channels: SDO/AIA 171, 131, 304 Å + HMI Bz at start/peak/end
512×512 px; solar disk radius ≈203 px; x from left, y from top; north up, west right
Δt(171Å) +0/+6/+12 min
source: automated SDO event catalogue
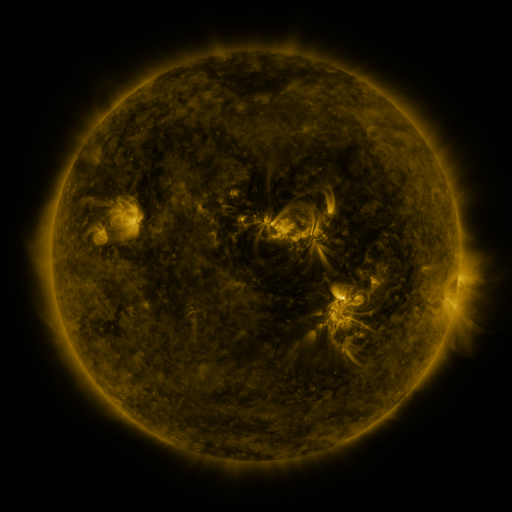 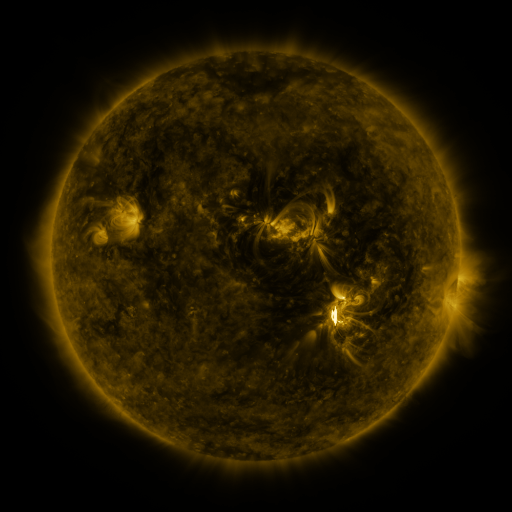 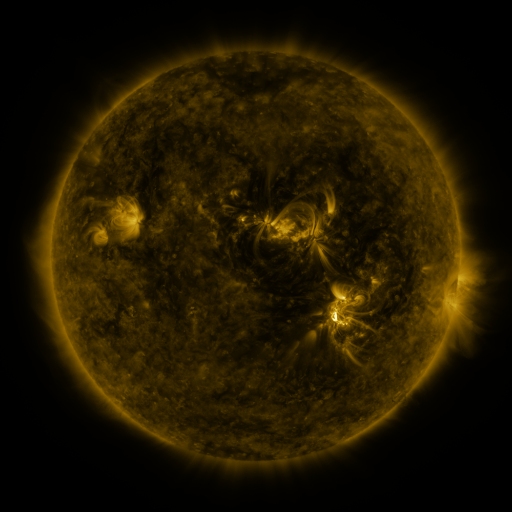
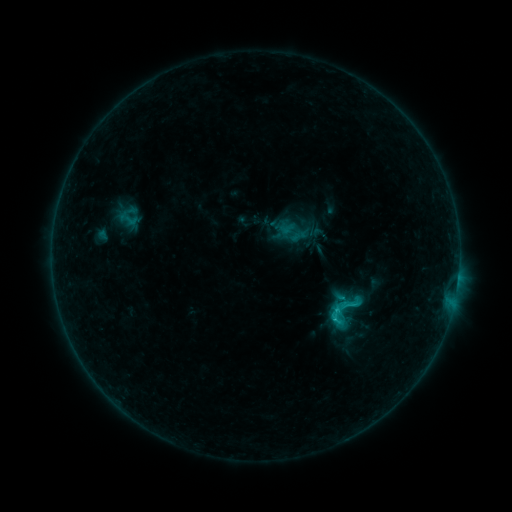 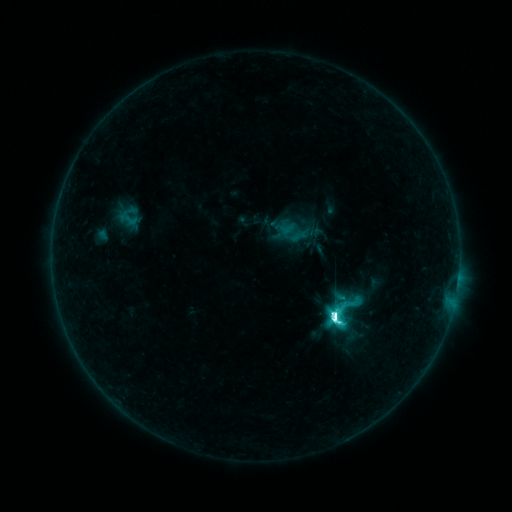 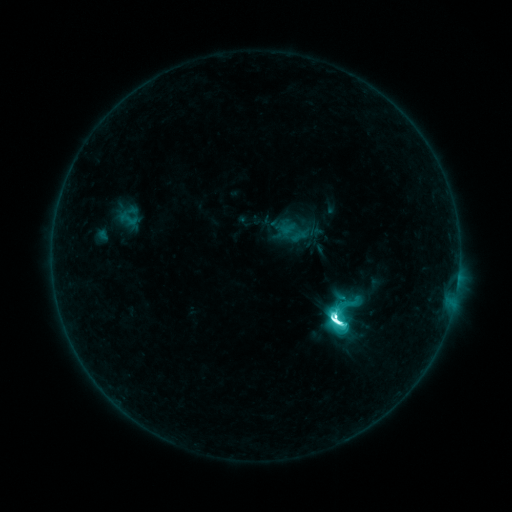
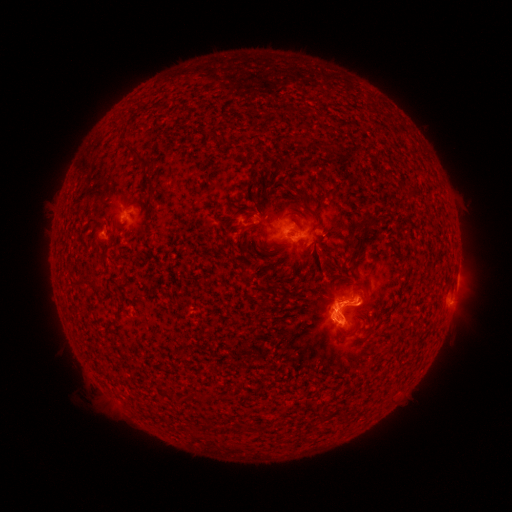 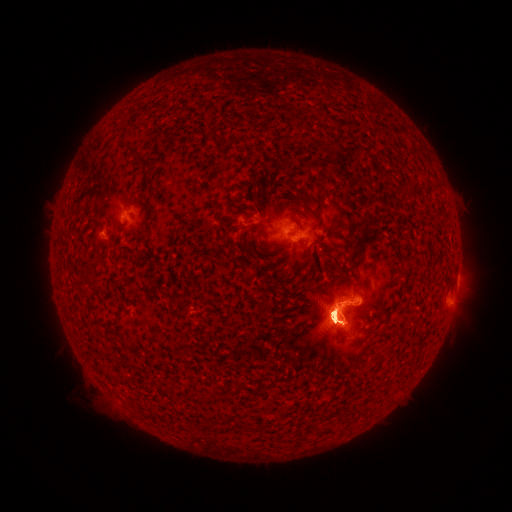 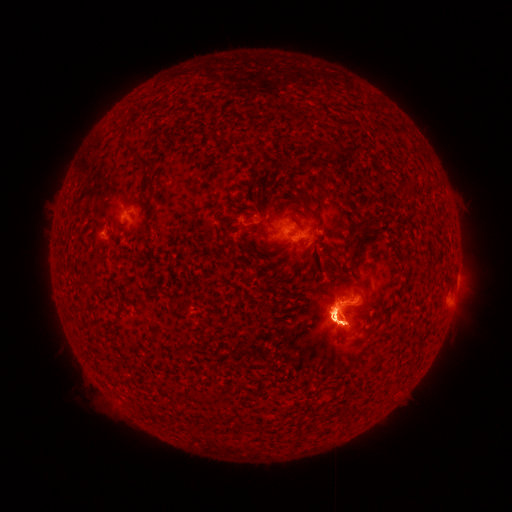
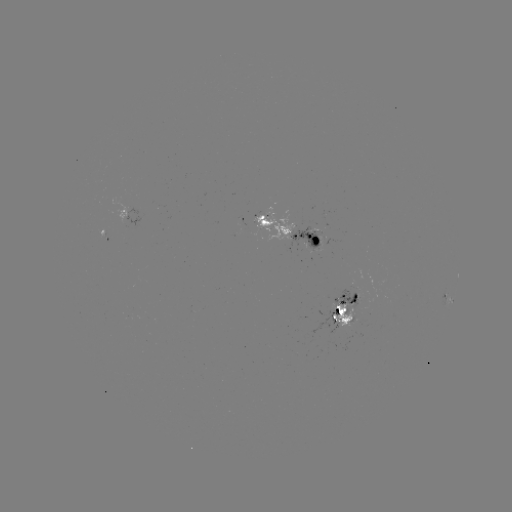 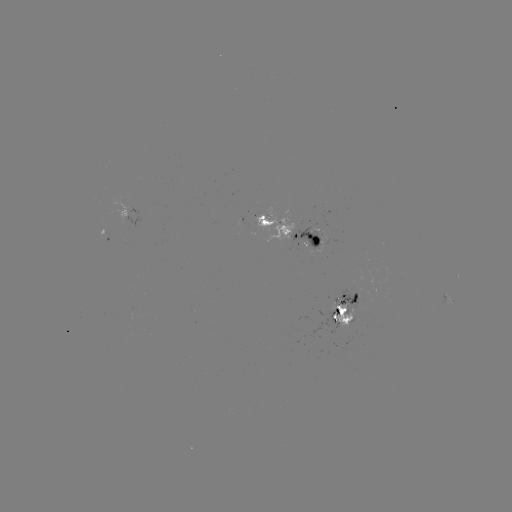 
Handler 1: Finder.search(M2.3 flare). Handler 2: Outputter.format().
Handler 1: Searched M2.3 flare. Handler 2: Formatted (334, 314).